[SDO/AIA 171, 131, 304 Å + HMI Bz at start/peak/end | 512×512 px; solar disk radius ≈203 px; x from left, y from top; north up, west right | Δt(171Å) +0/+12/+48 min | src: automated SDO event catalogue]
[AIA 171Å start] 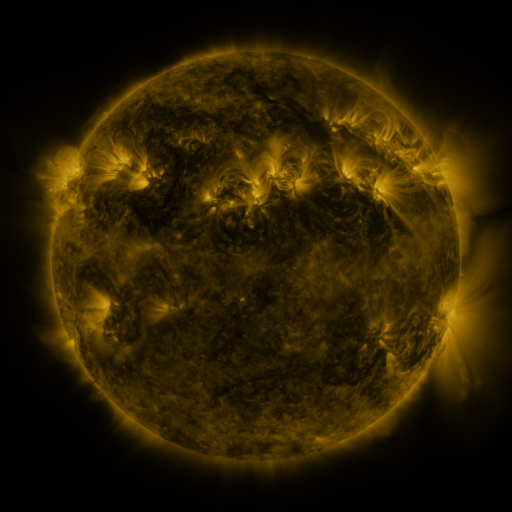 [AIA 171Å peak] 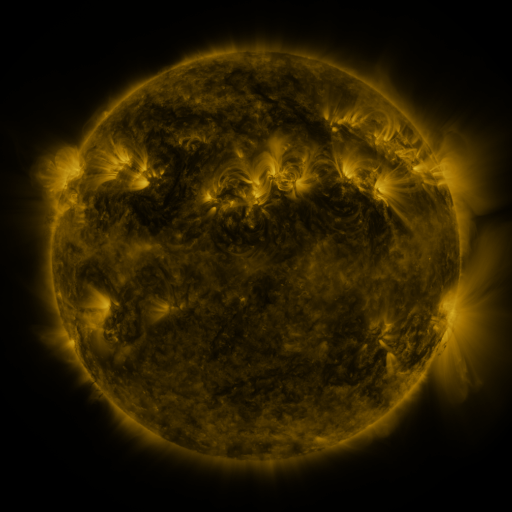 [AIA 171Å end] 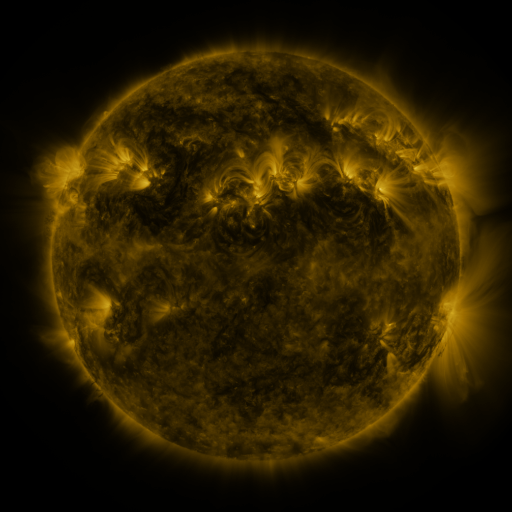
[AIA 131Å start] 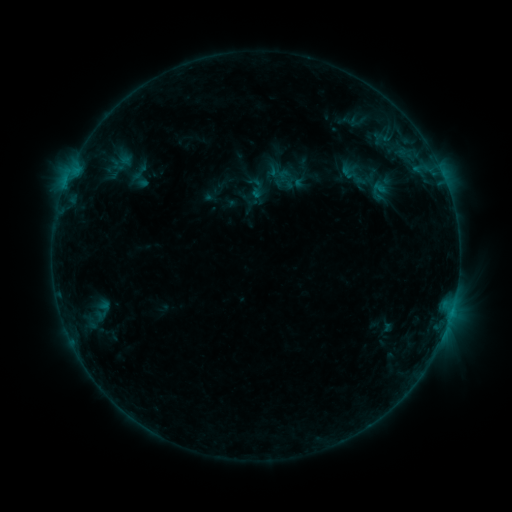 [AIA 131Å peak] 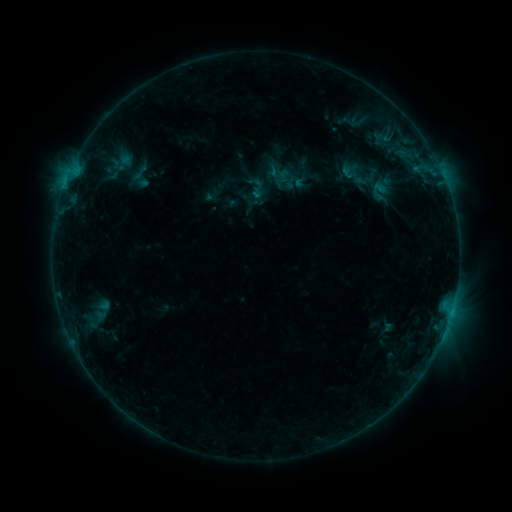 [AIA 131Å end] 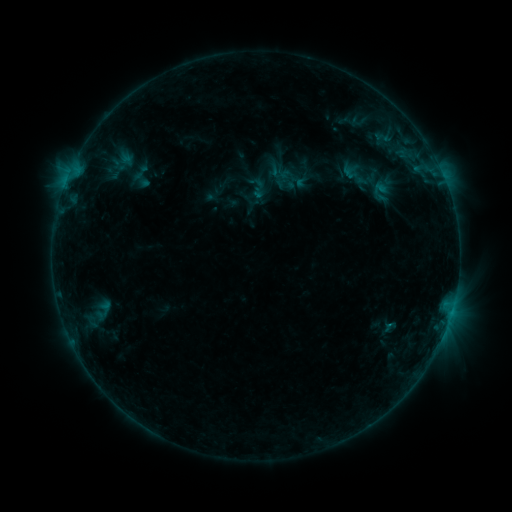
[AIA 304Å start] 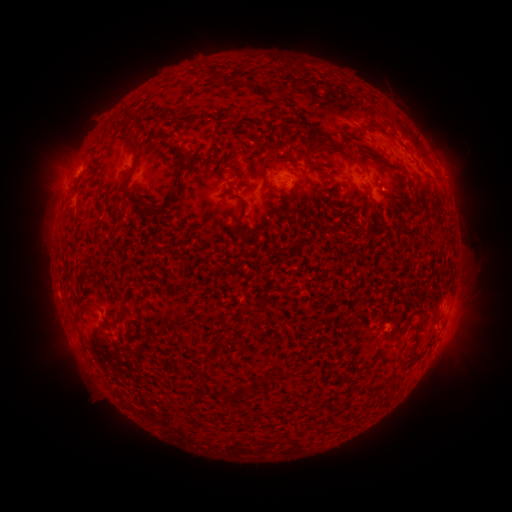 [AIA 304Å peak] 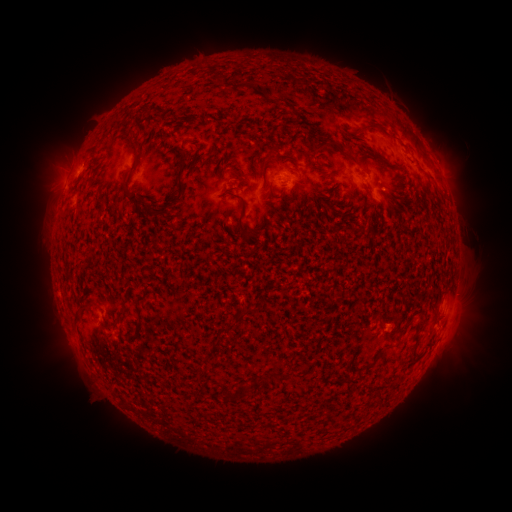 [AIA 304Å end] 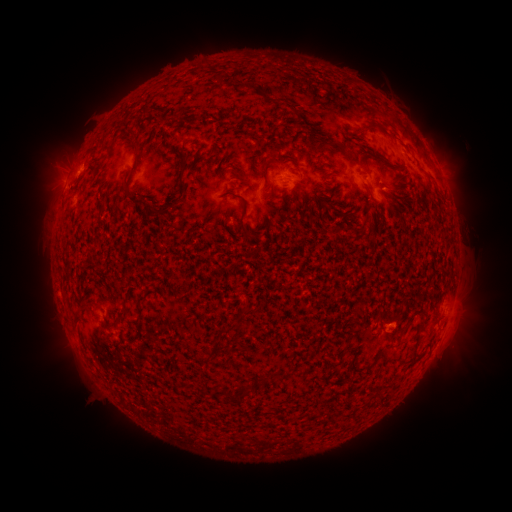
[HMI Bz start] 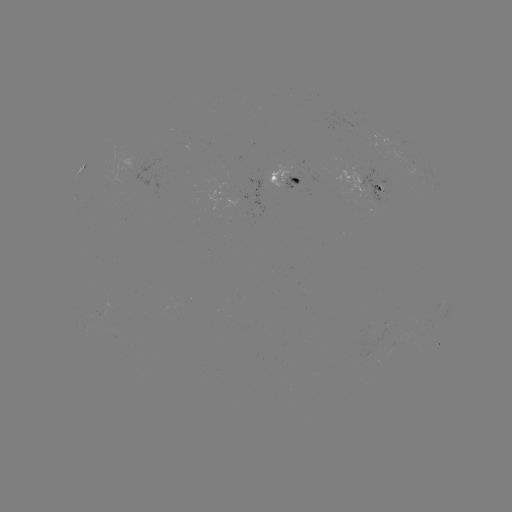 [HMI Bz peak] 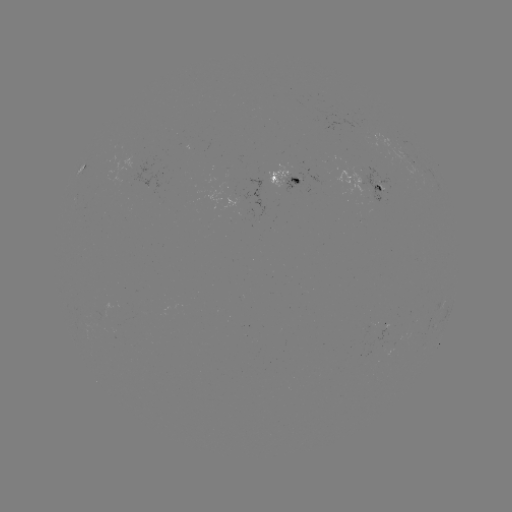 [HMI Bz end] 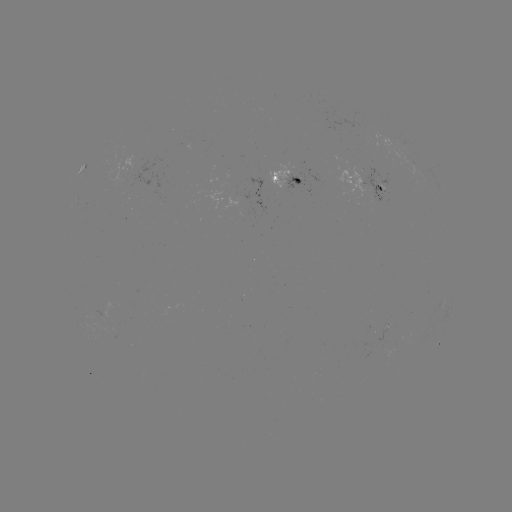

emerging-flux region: <bbox>372, 181, 384, 191</bbox>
